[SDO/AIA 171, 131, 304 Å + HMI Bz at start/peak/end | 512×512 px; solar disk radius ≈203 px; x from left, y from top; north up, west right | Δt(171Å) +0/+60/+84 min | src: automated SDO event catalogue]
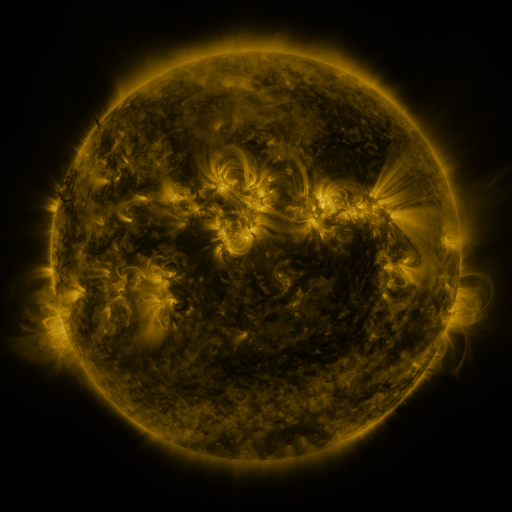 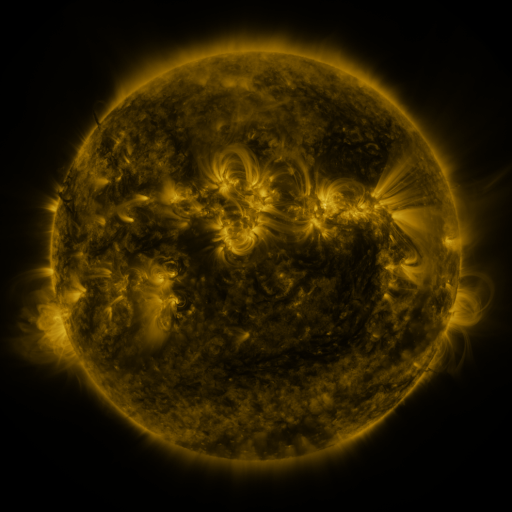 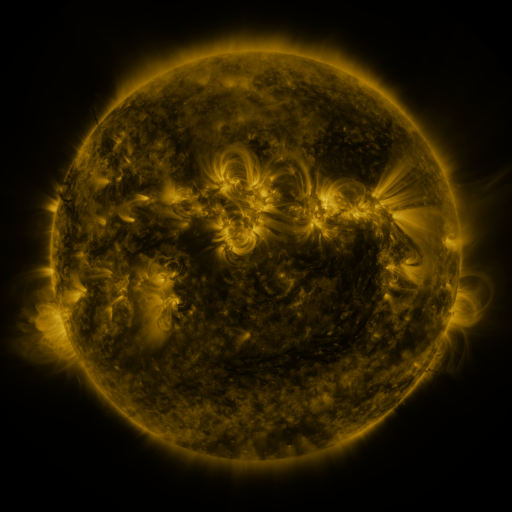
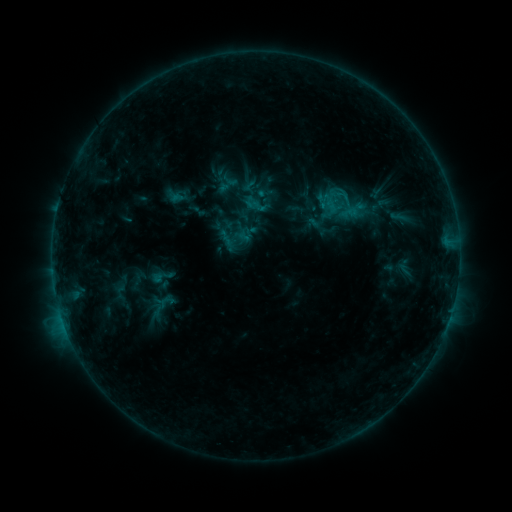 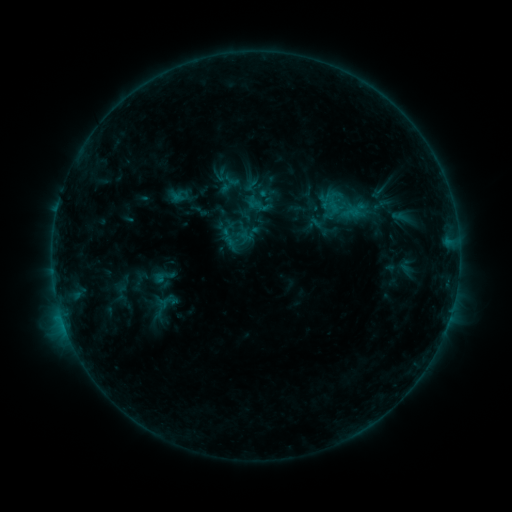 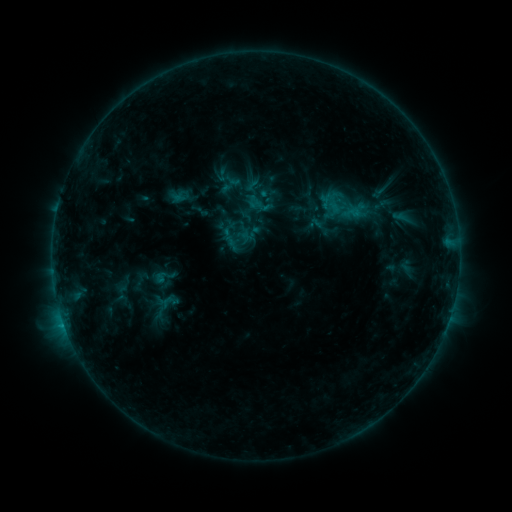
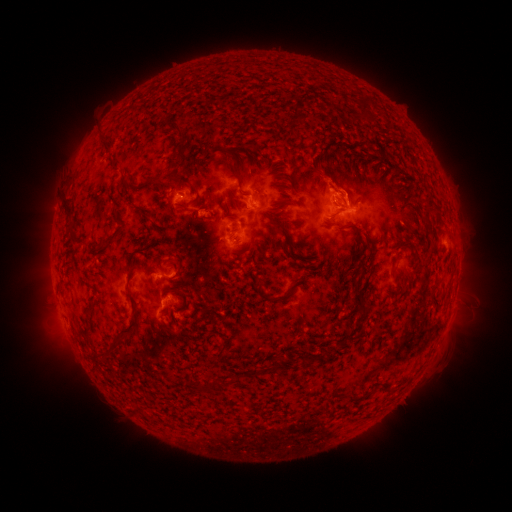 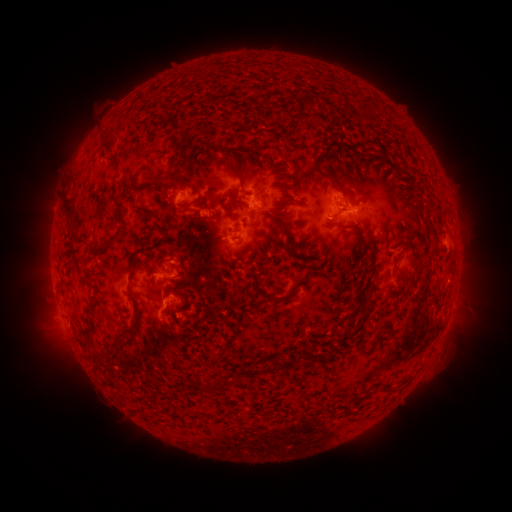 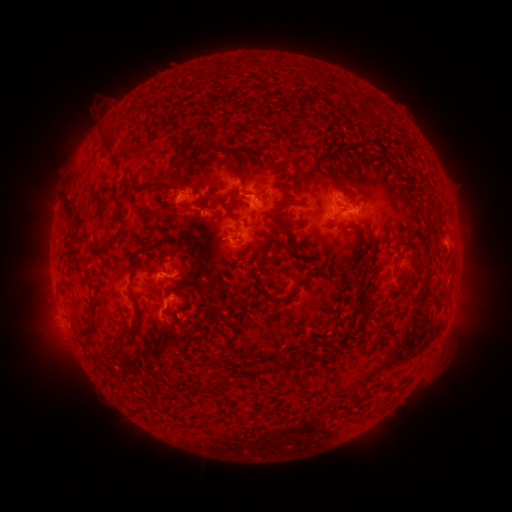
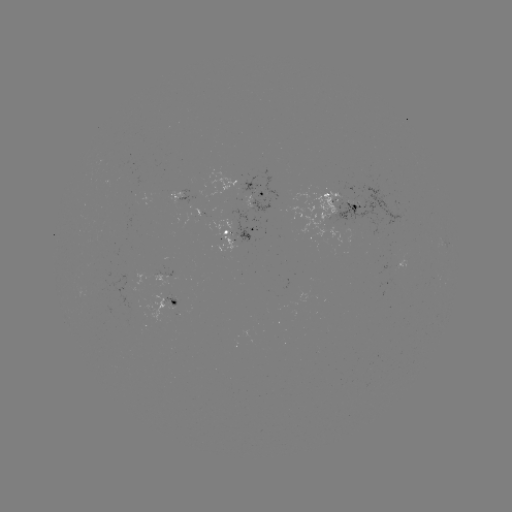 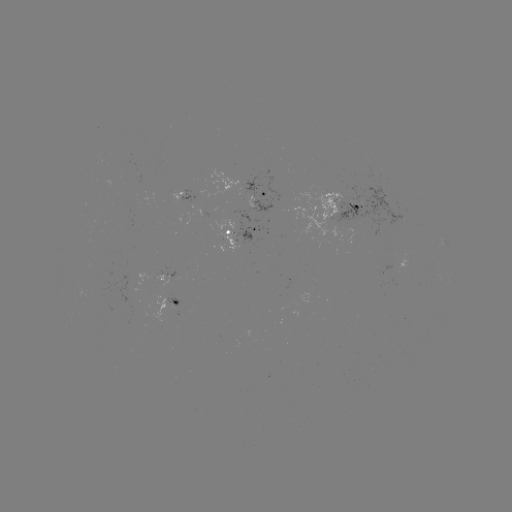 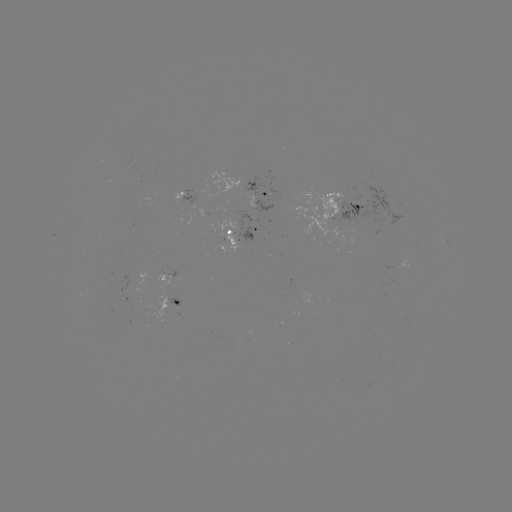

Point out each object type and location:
emerging-flux region: (198, 215)
